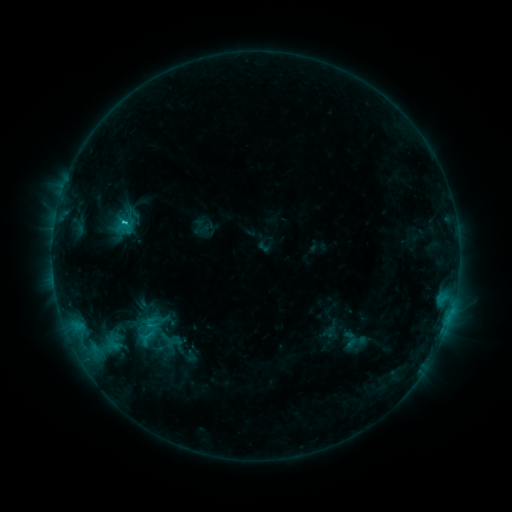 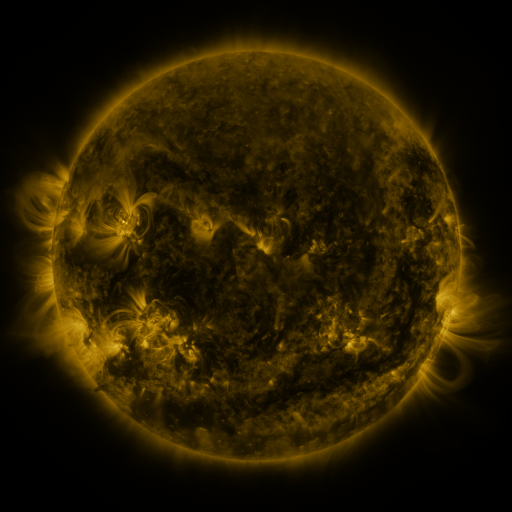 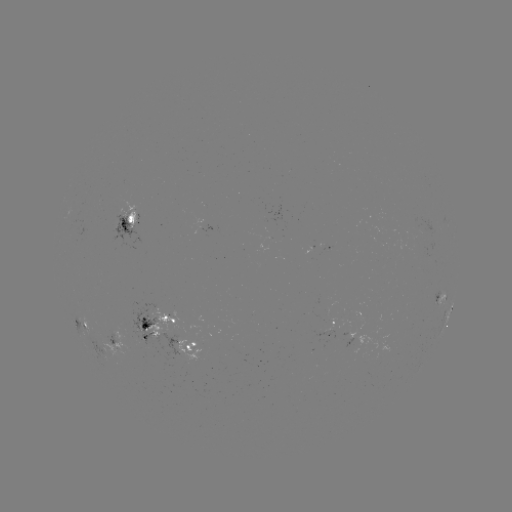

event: sigmoid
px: (353, 339)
